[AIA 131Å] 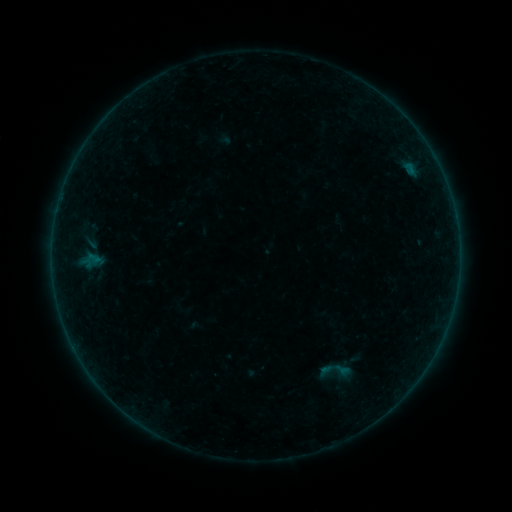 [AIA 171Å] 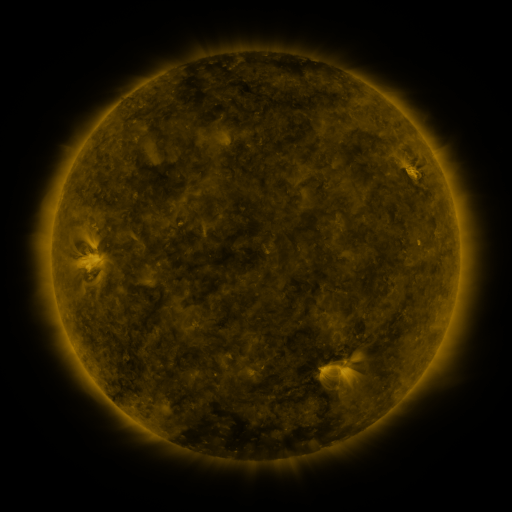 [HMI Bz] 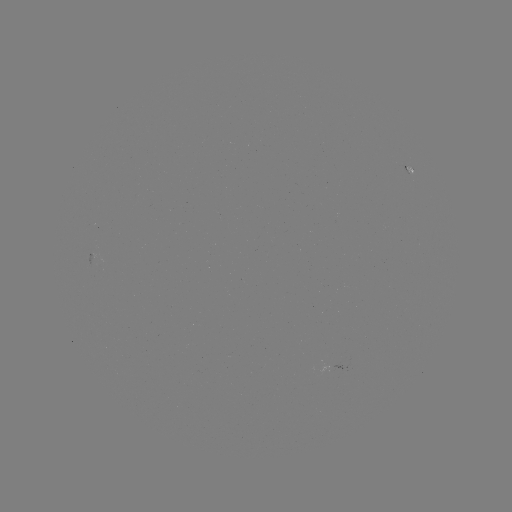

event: sigmoid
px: (92, 258)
